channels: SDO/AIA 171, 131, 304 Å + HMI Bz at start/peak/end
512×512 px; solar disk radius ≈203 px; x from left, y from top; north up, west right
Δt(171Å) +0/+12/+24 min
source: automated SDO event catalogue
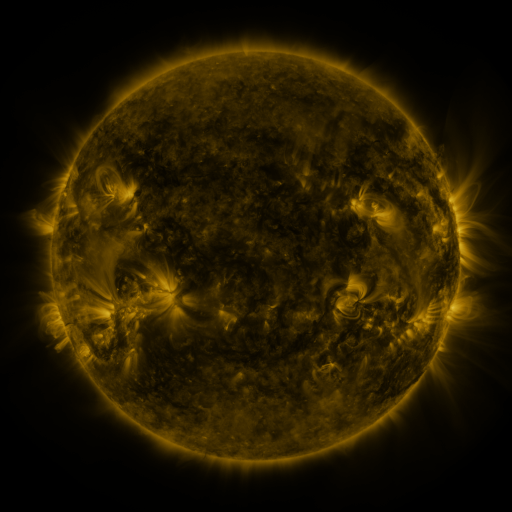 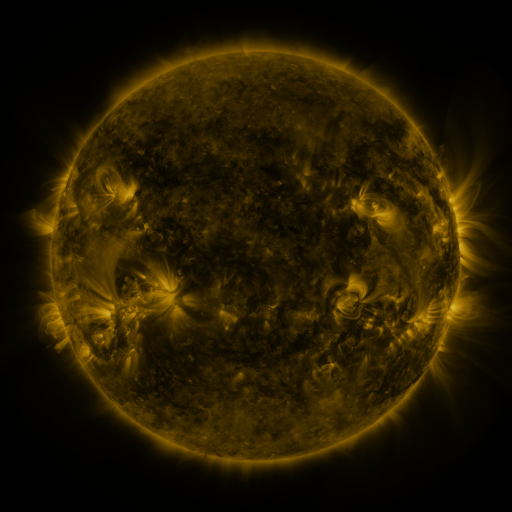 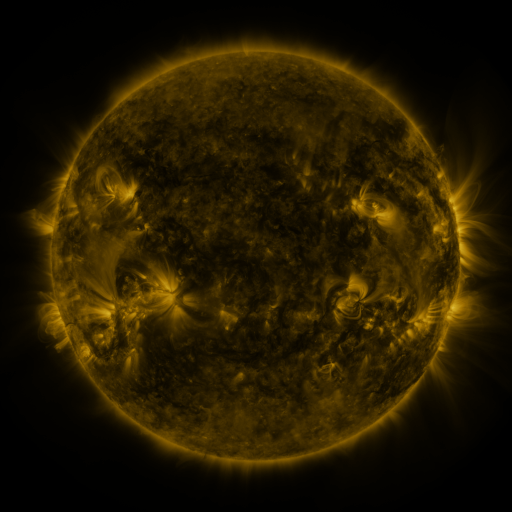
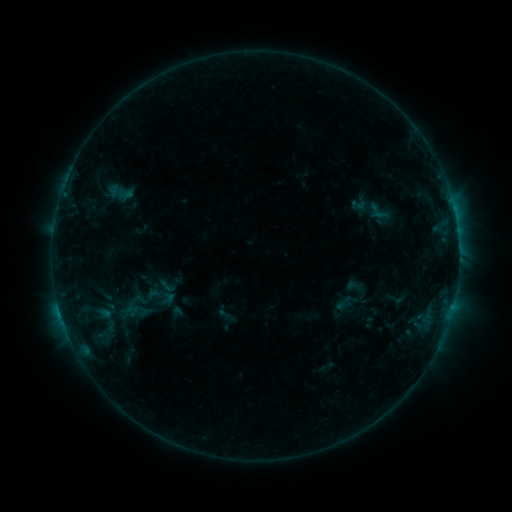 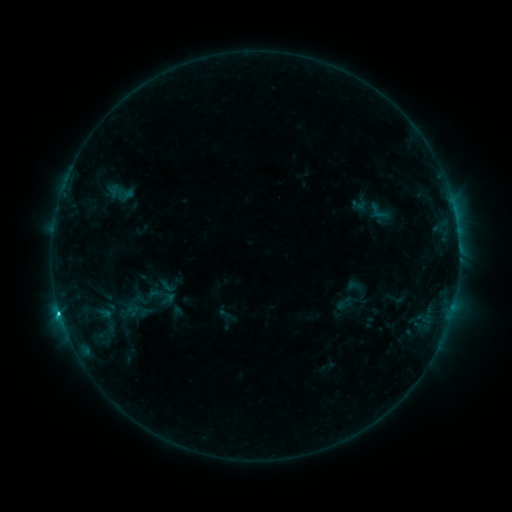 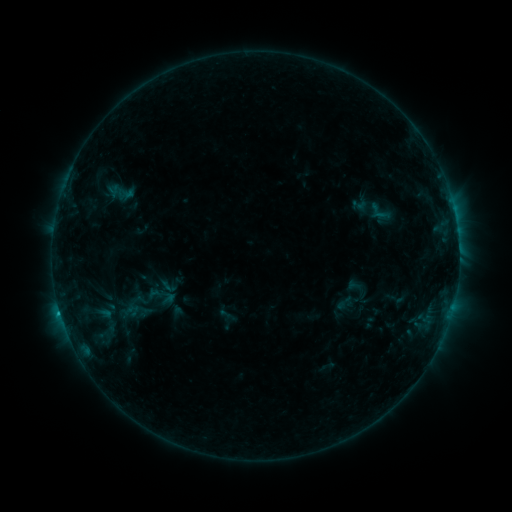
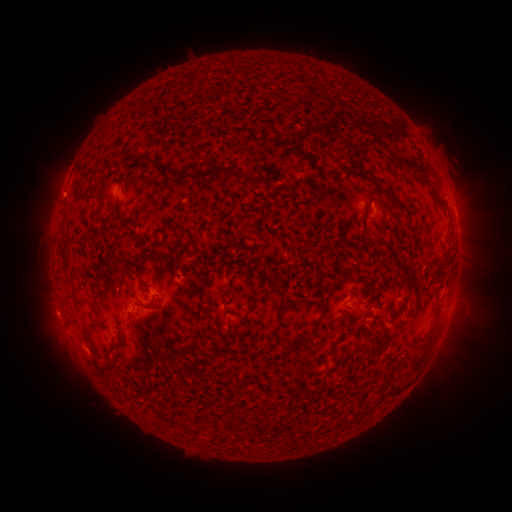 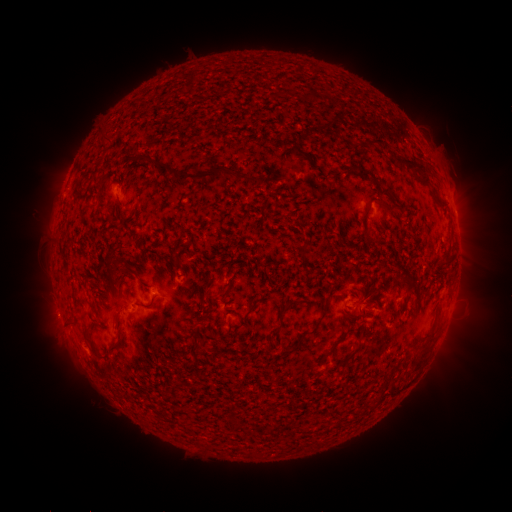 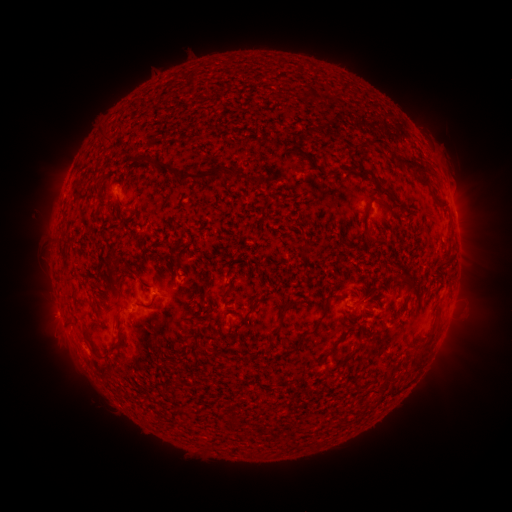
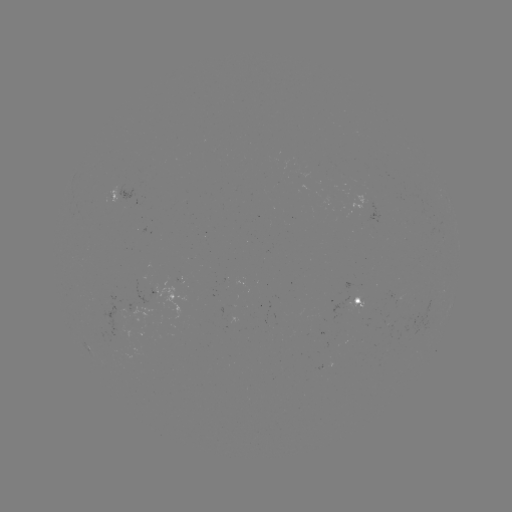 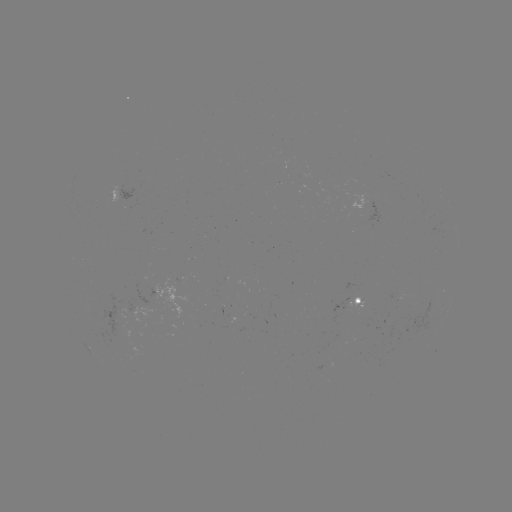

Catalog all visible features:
C1.6 flare: (60, 312)
